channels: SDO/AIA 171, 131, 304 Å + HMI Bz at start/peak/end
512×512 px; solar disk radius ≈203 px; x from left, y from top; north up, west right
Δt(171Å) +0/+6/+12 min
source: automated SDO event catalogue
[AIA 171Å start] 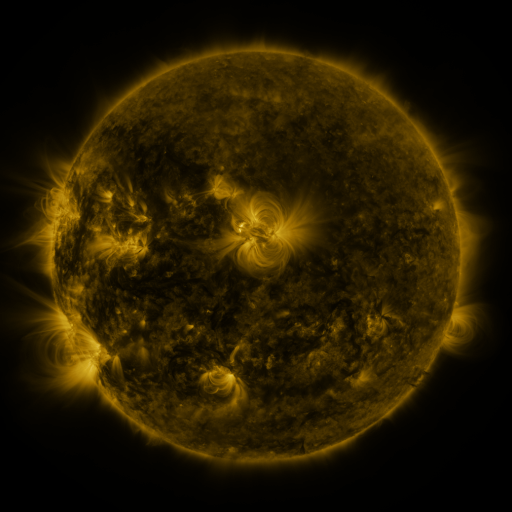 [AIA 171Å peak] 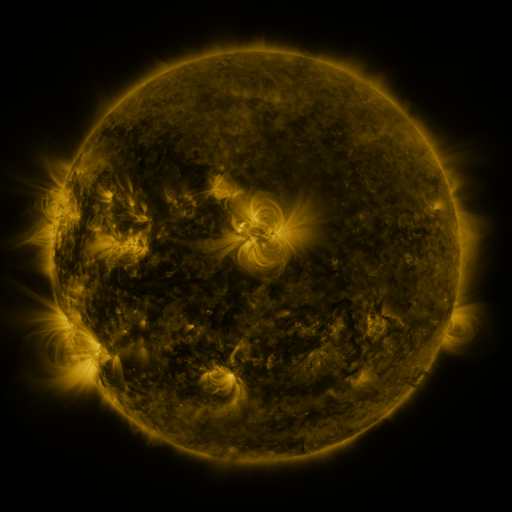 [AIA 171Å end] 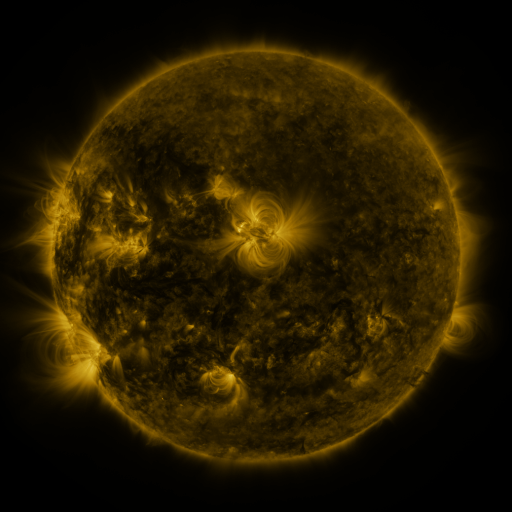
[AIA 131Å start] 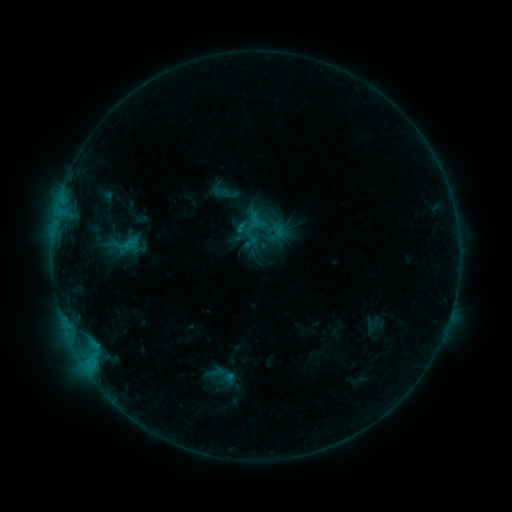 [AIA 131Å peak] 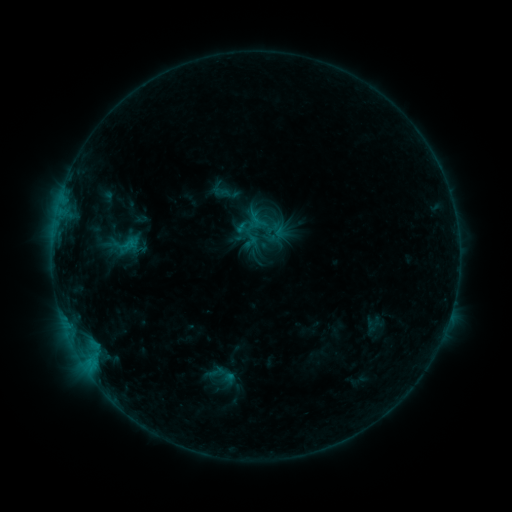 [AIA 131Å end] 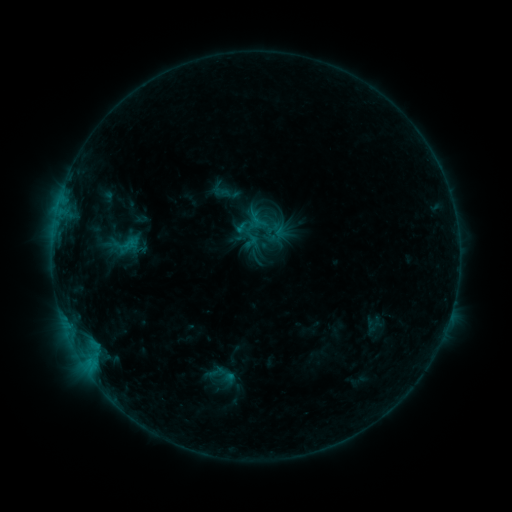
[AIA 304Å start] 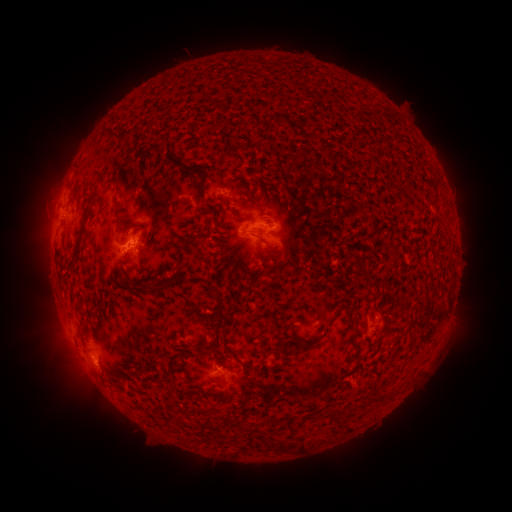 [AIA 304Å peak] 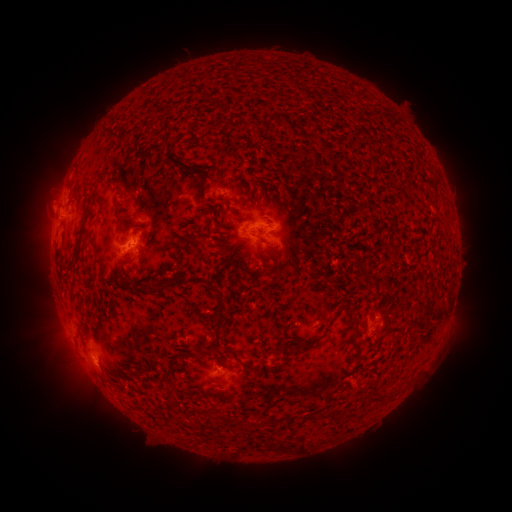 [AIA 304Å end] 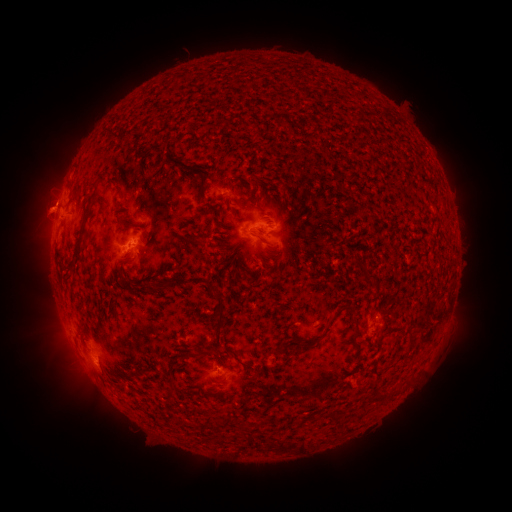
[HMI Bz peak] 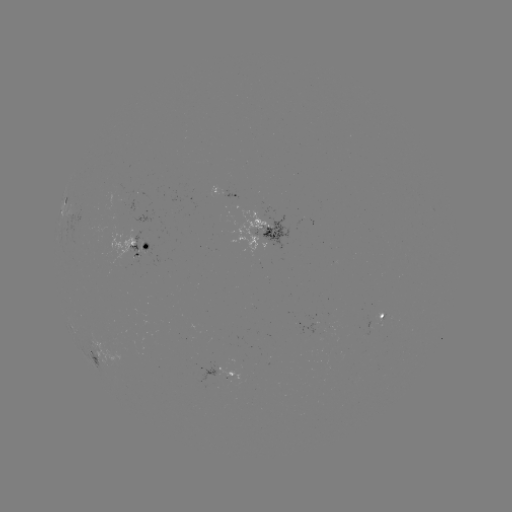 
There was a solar eruption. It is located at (42, 202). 